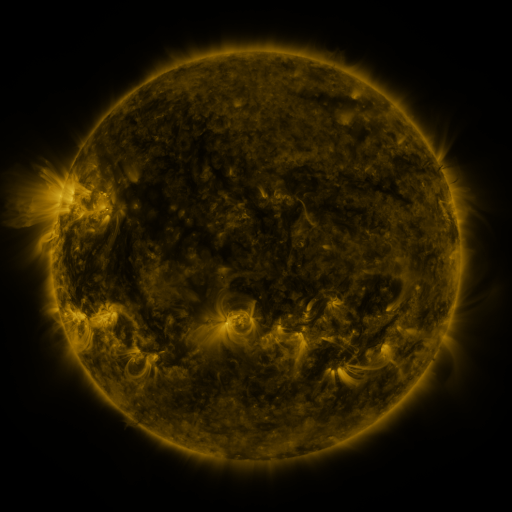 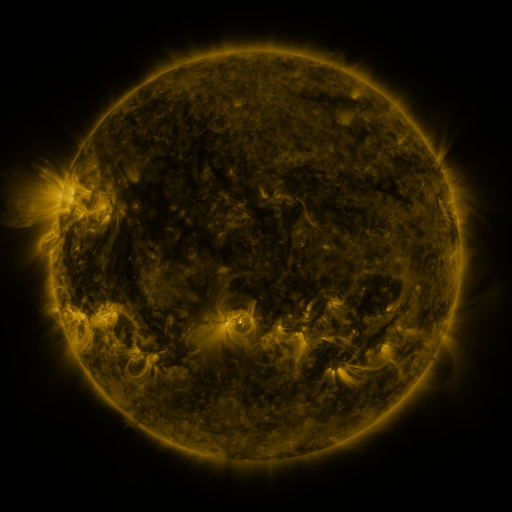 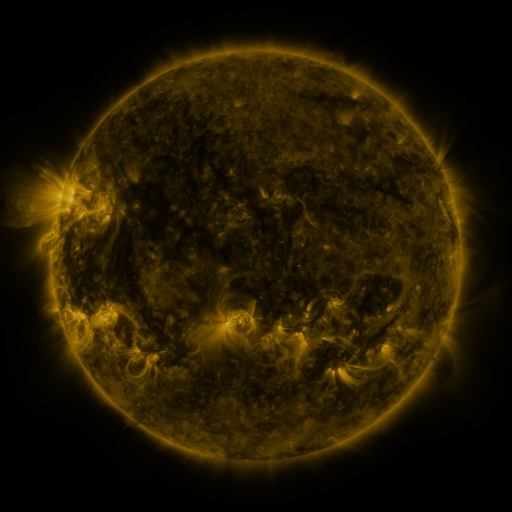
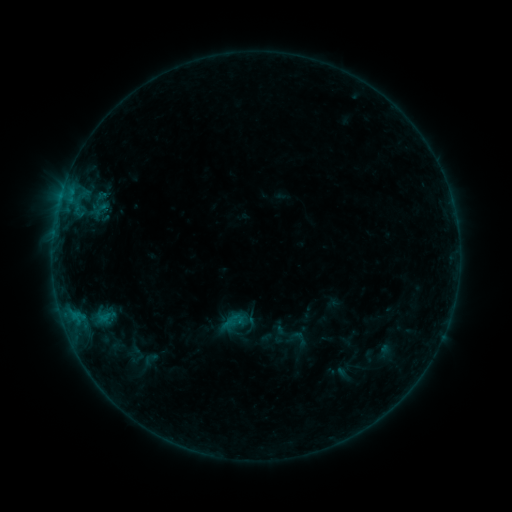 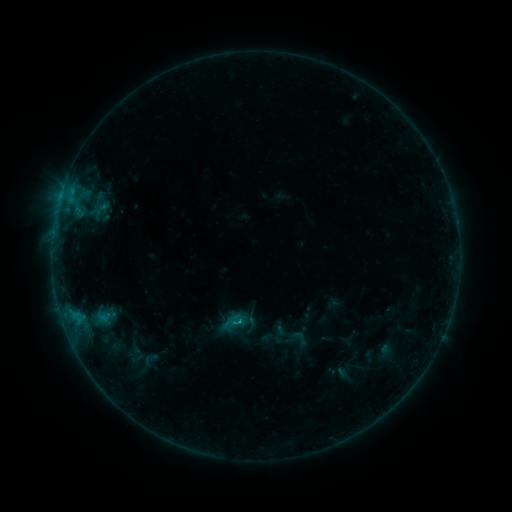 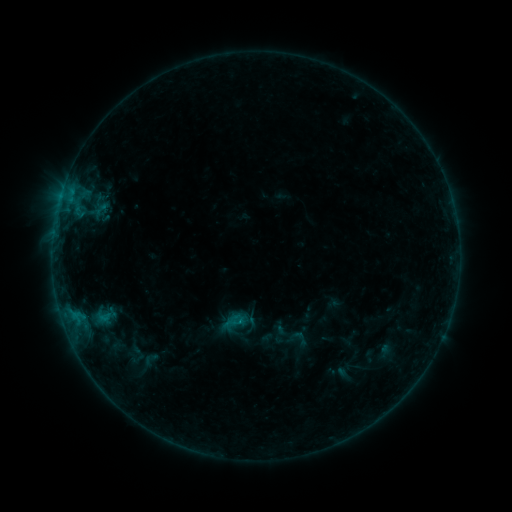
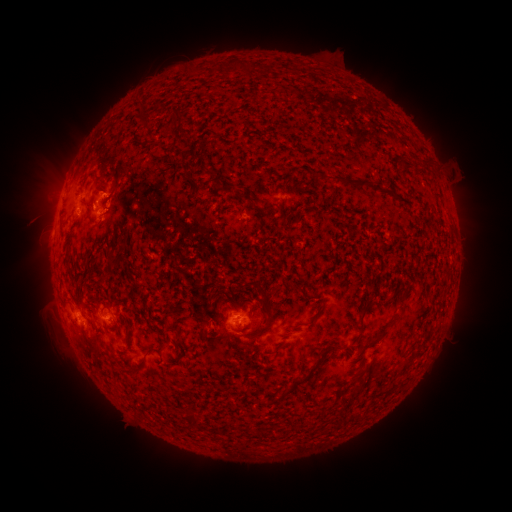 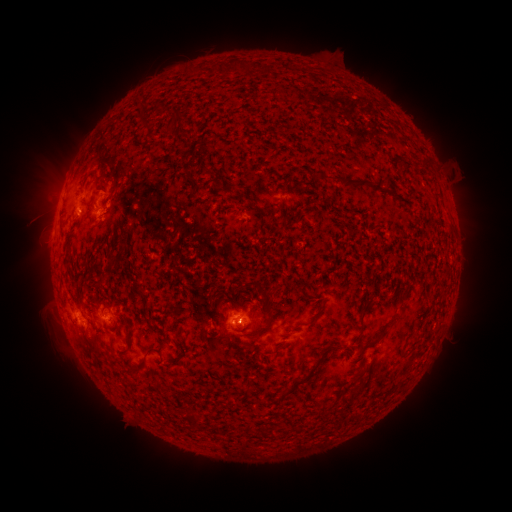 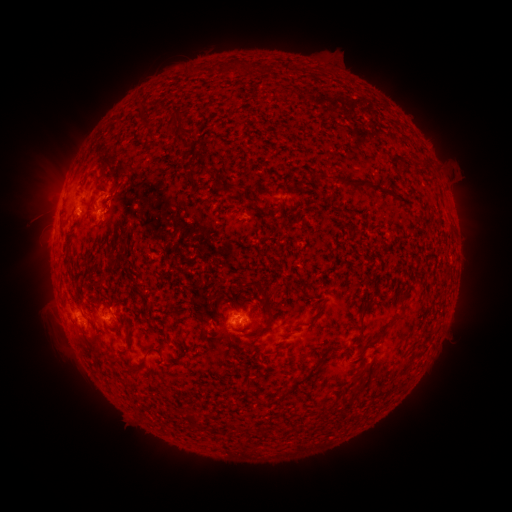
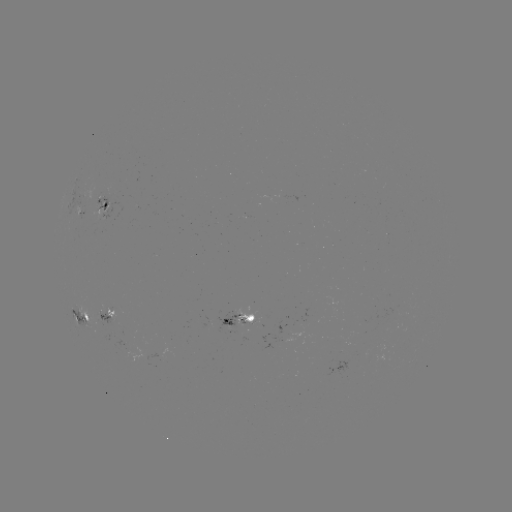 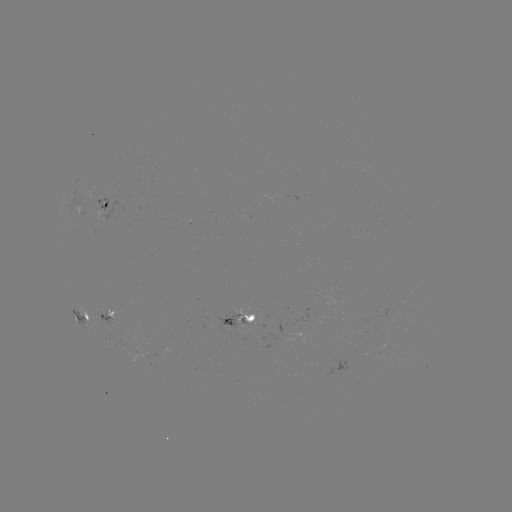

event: flare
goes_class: B5.3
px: (238, 321)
